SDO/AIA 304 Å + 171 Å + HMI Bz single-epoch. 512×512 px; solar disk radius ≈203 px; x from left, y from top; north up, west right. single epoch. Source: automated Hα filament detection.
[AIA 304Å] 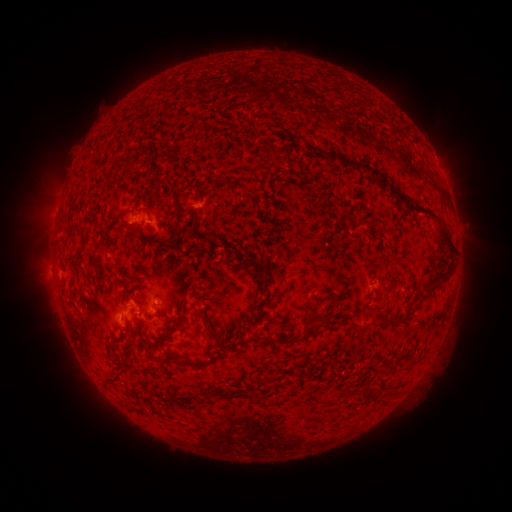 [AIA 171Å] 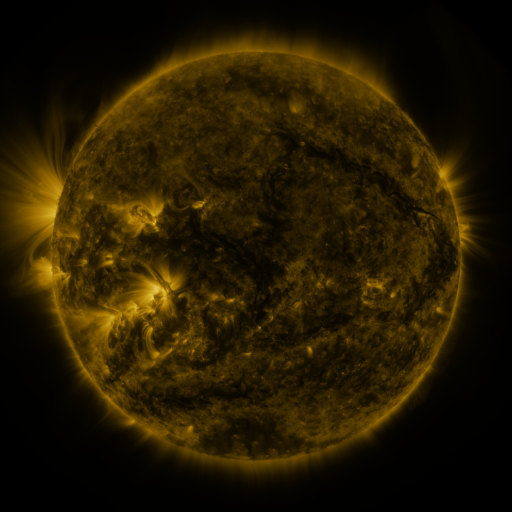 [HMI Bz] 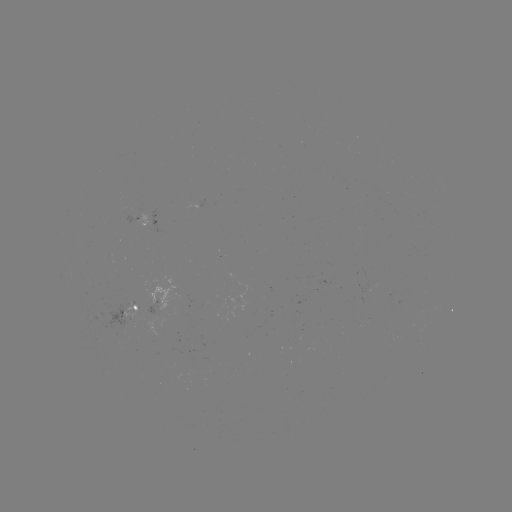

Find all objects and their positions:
filament: (390, 118)
filament: (179, 142)
filament: (359, 165)
filament: (102, 174)
filament: (146, 211)
filament: (429, 212)
filament: (124, 214)
filament: (172, 236)
filament: (78, 256)
filament: (442, 273)
filament: (258, 275)
filament: (429, 283)
filament: (387, 322)
filament: (209, 327)
filament: (312, 334)
filament: (275, 341)
filament: (195, 366)
filament: (262, 380)
filament: (118, 386)
filament: (367, 388)
